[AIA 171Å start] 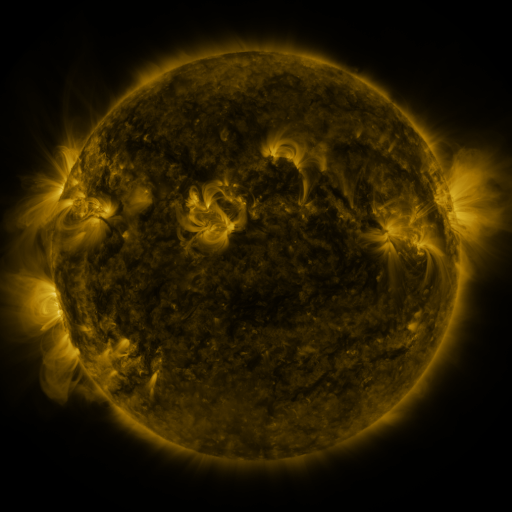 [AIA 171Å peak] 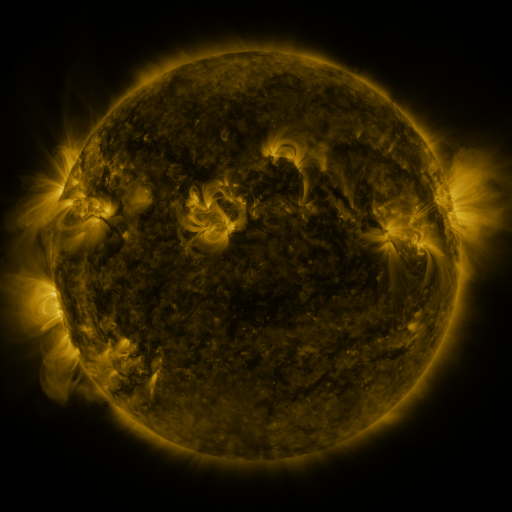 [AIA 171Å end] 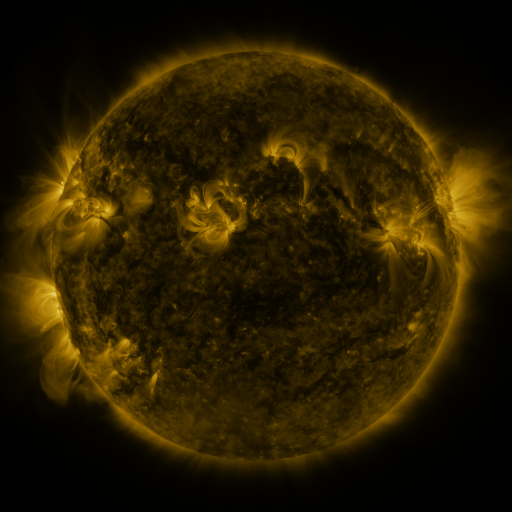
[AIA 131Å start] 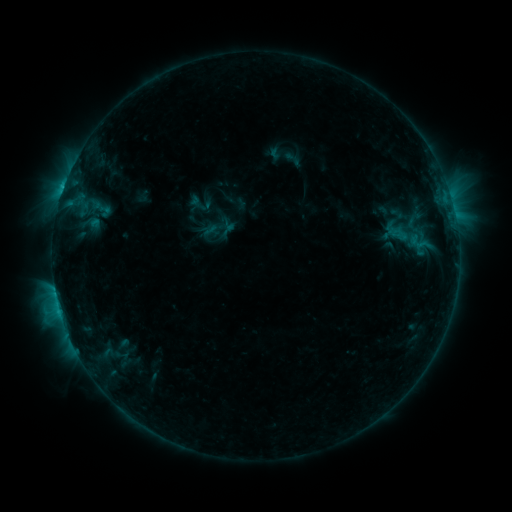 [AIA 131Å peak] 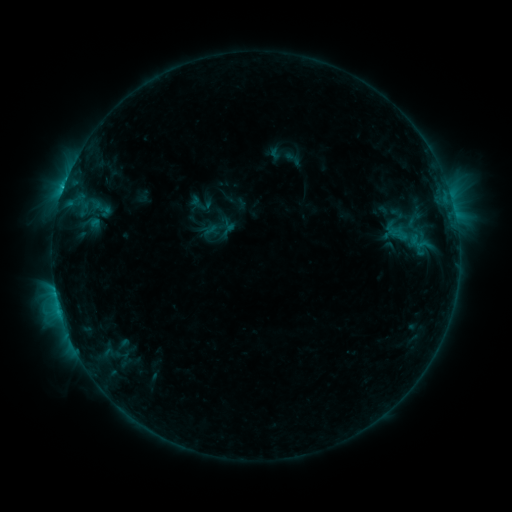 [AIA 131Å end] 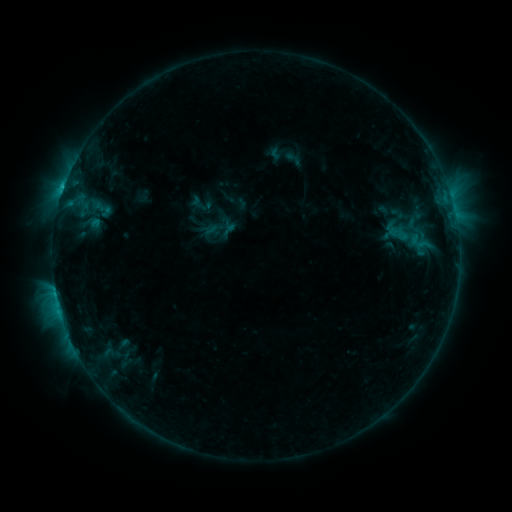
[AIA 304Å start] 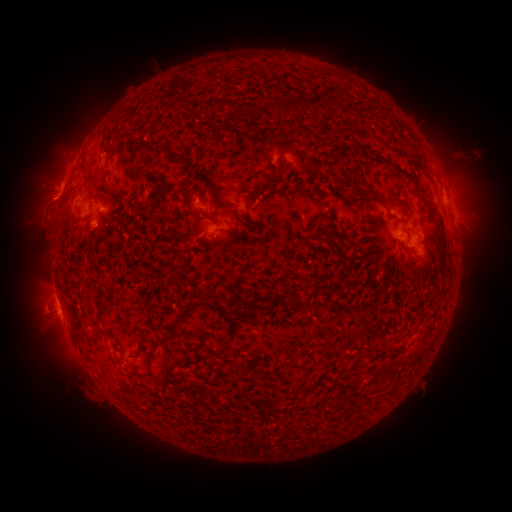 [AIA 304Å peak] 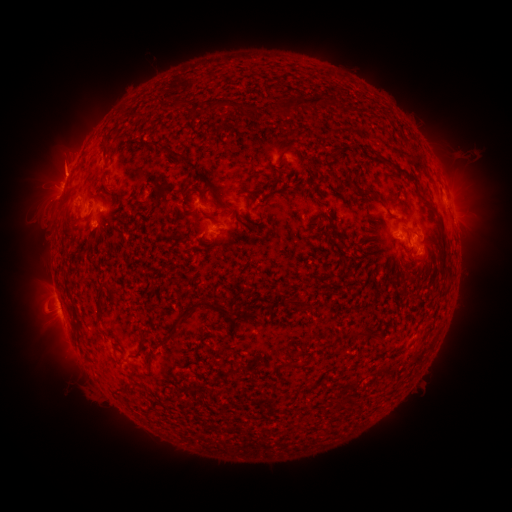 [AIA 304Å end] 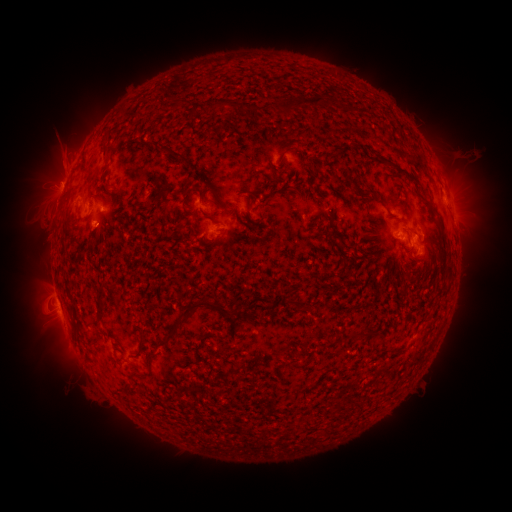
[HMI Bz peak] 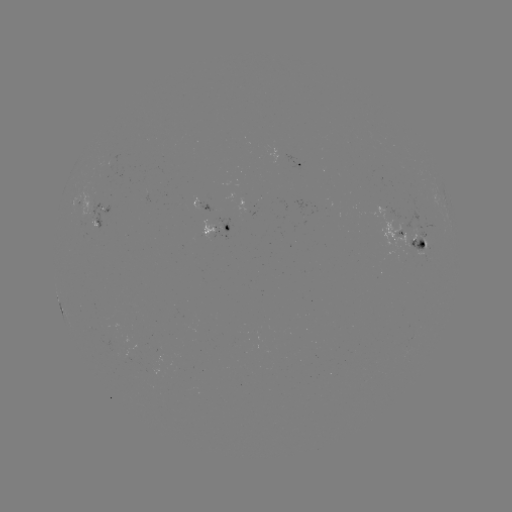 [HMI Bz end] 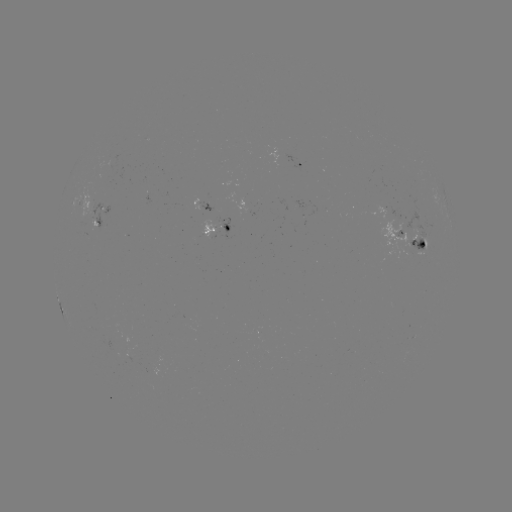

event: eruption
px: (60, 163)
